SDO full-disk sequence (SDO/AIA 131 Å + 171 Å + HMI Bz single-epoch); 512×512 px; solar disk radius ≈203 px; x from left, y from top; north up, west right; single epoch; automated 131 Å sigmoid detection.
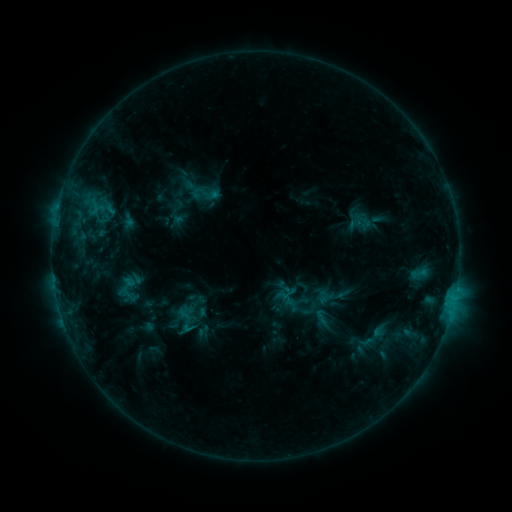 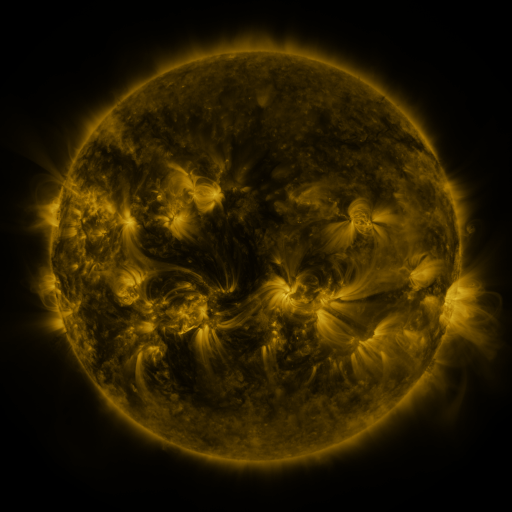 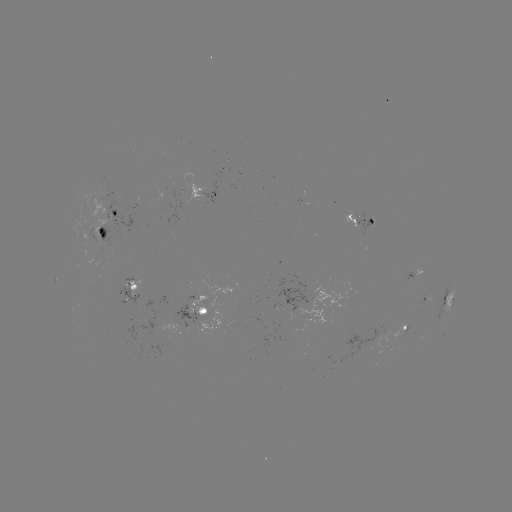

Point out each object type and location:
sigmoid: (204, 194)
sigmoid: (130, 296)
sigmoid: (333, 296)
